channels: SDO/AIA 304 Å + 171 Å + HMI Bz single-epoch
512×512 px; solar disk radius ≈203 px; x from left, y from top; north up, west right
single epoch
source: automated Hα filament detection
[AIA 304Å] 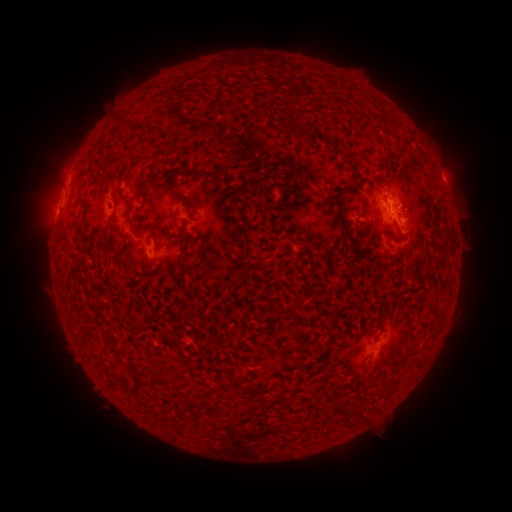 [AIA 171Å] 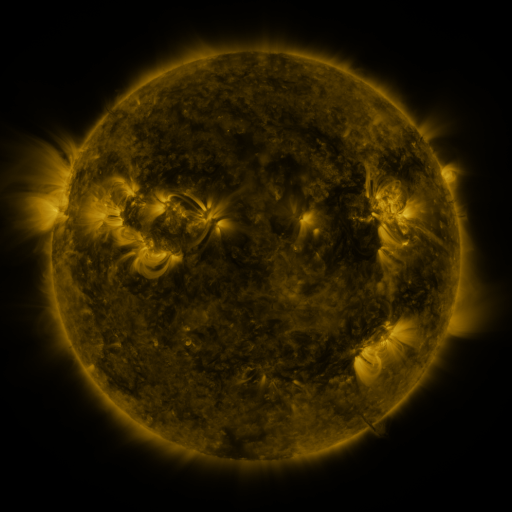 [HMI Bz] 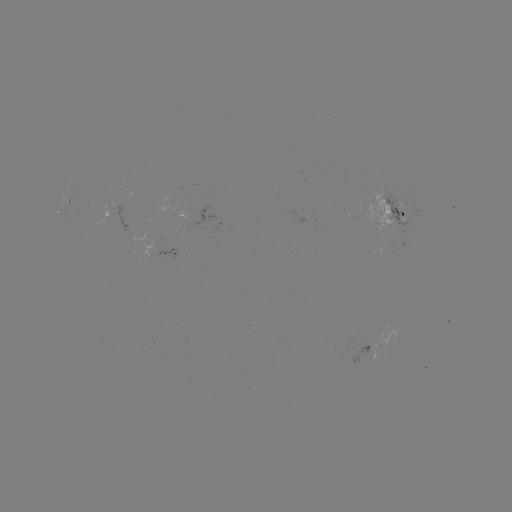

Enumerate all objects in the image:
filament: (350, 157)
filament: (384, 166)
filament: (339, 211)
filament: (161, 229)
filament: (187, 242)
filament: (292, 319)
filament: (361, 418)
